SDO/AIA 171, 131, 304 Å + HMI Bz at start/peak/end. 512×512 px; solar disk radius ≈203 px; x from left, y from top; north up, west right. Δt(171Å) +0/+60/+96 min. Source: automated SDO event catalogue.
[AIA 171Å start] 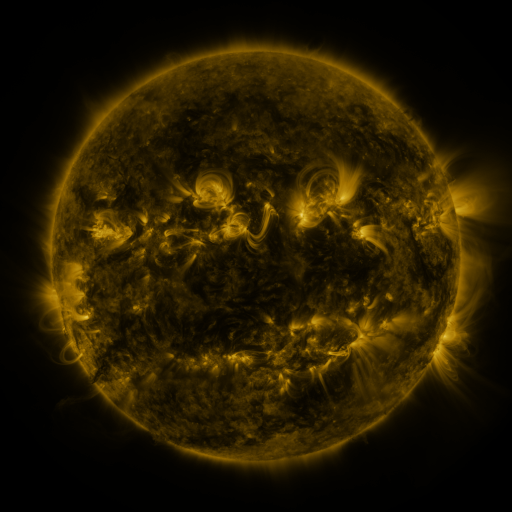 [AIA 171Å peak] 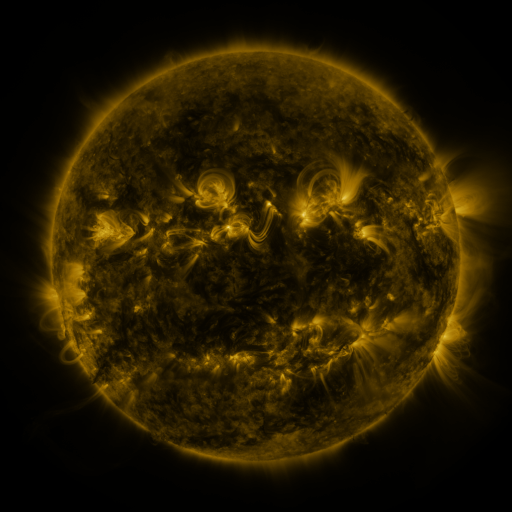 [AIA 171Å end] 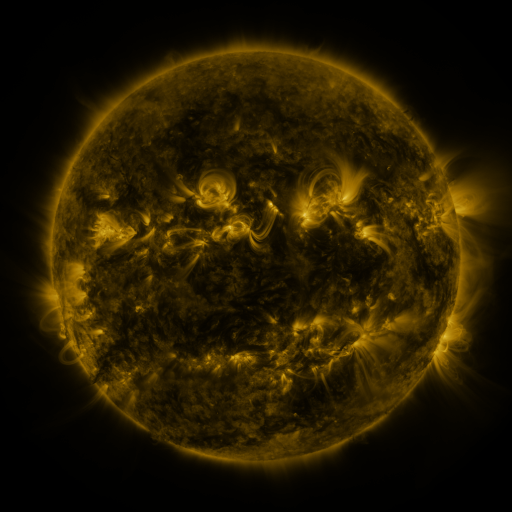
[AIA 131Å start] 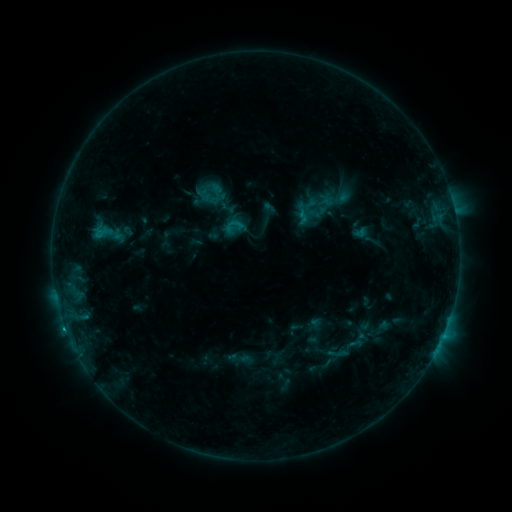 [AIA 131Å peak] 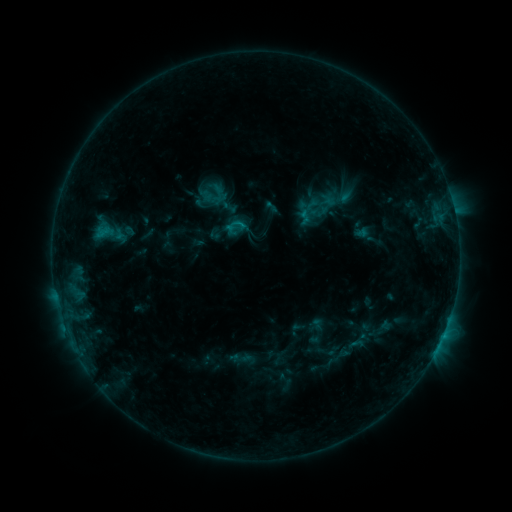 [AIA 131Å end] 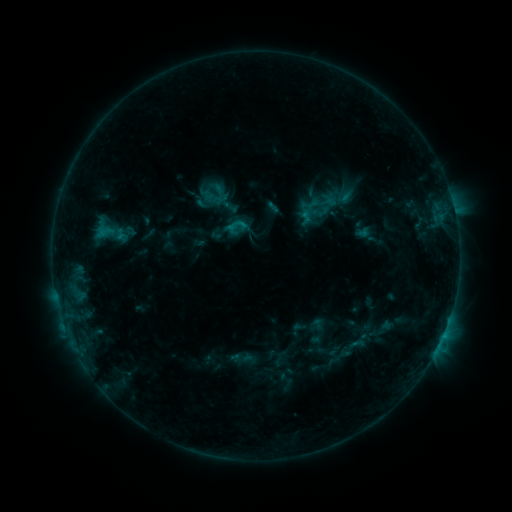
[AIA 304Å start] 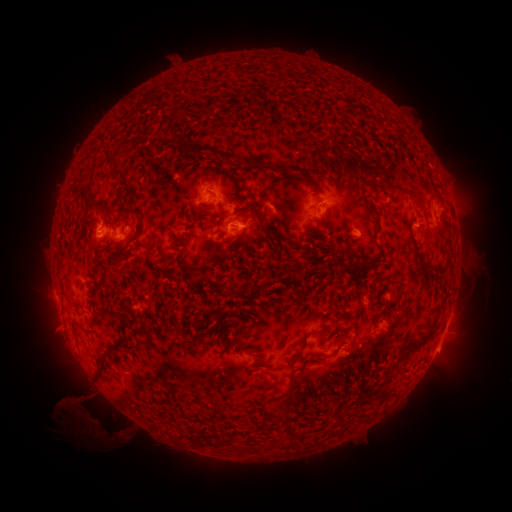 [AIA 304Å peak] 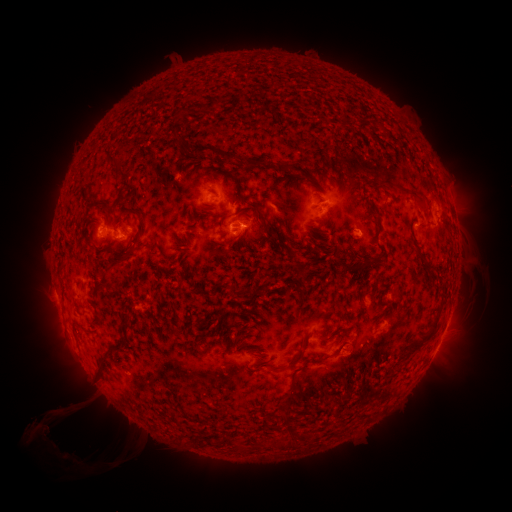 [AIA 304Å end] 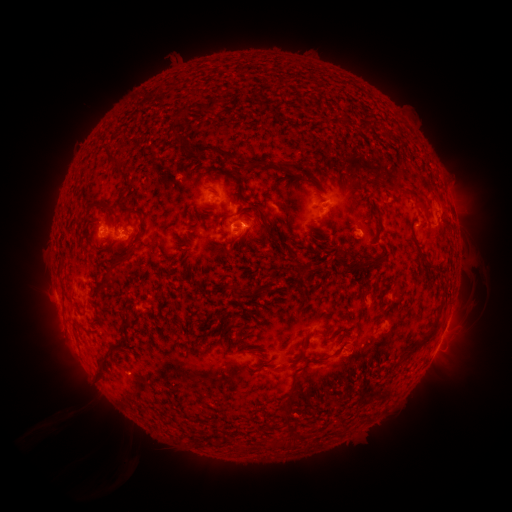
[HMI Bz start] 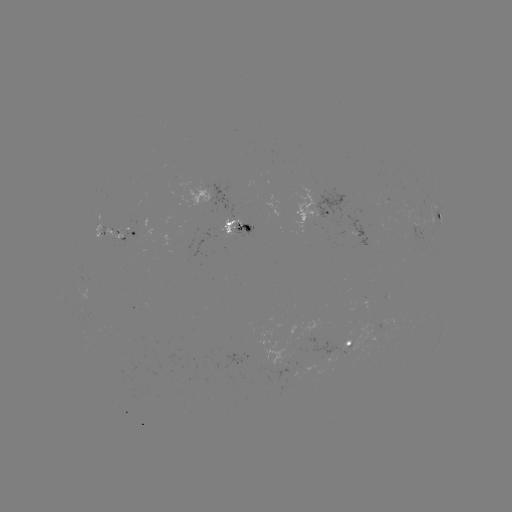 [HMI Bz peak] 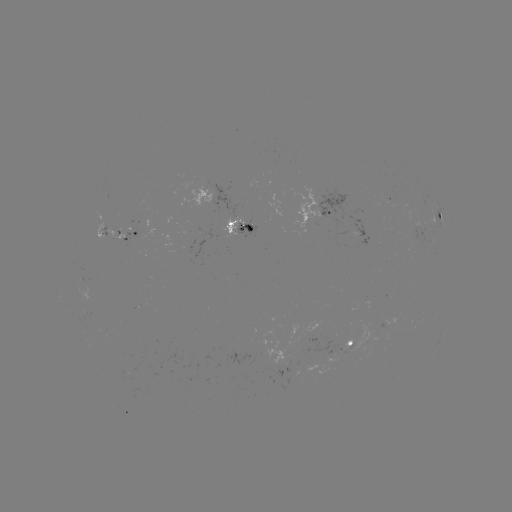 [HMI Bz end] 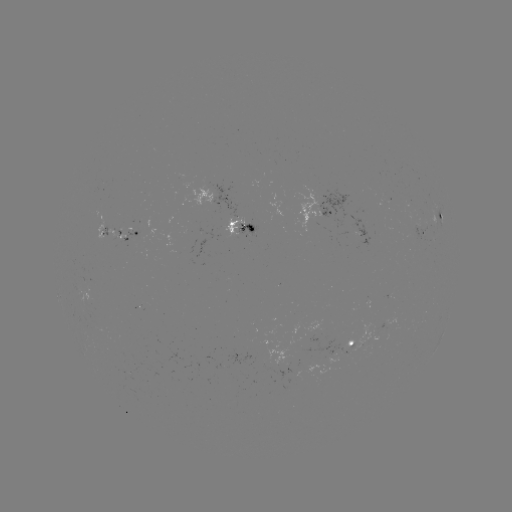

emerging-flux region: (299, 337, 308, 353)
